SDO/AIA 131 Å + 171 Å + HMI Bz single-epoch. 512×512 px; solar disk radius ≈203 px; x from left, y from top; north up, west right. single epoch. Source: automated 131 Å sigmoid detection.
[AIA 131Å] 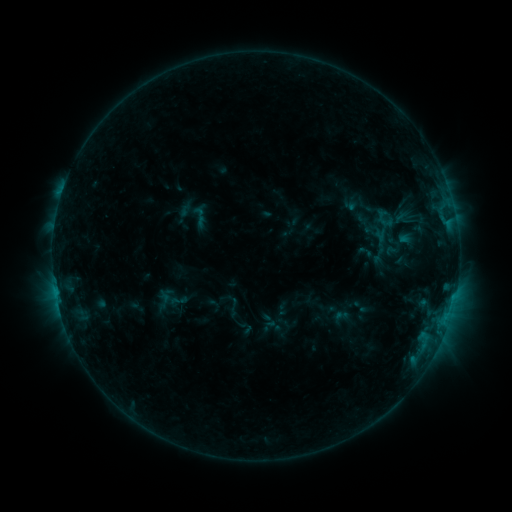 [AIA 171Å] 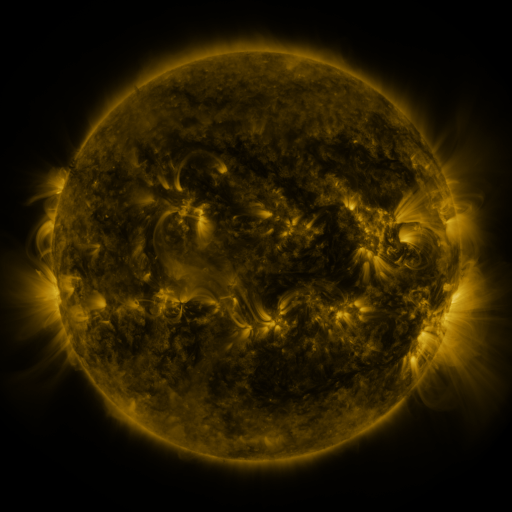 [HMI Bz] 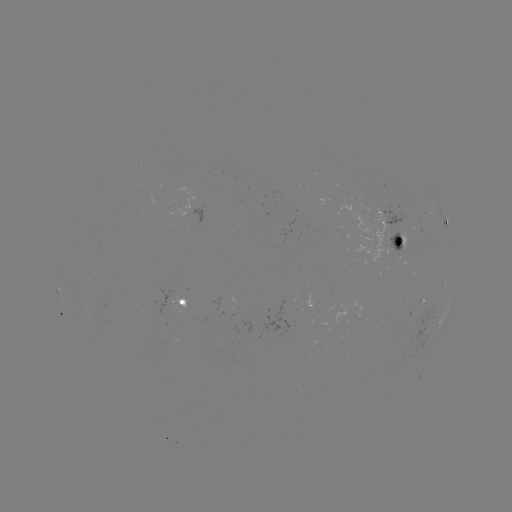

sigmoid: <bbox>371, 208, 398, 229</bbox>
